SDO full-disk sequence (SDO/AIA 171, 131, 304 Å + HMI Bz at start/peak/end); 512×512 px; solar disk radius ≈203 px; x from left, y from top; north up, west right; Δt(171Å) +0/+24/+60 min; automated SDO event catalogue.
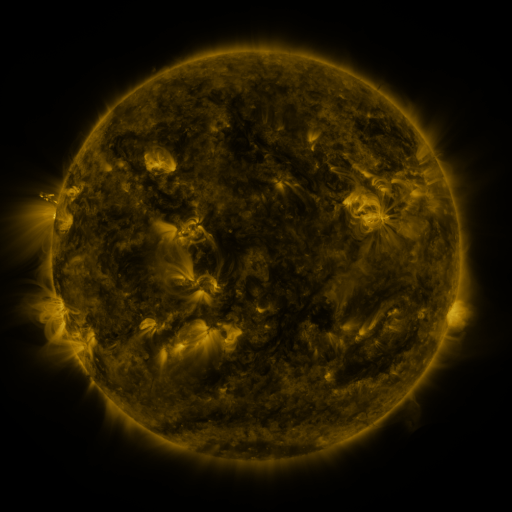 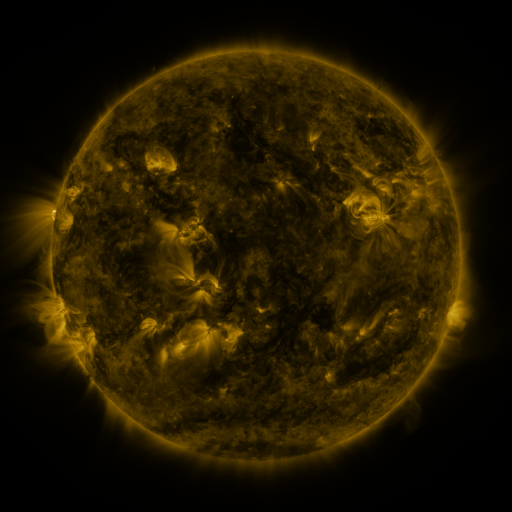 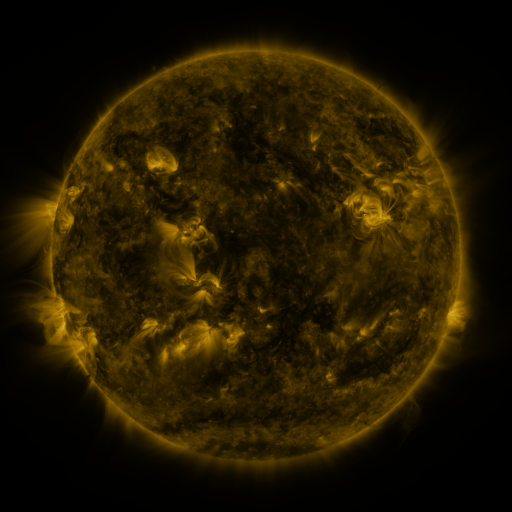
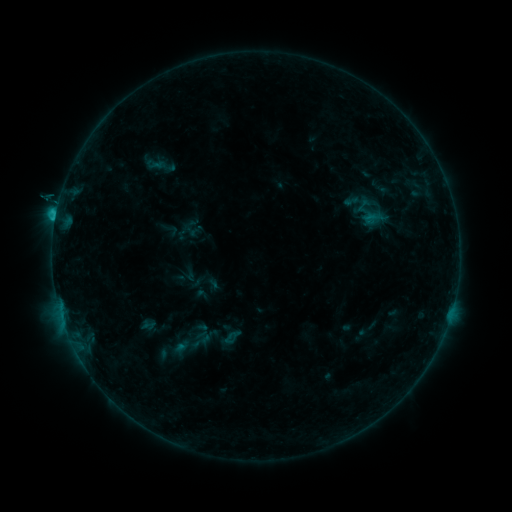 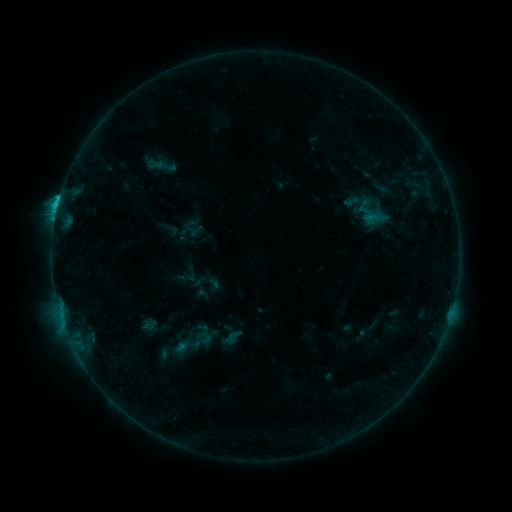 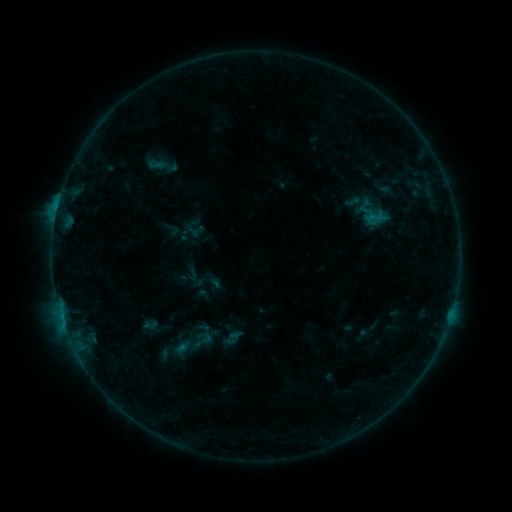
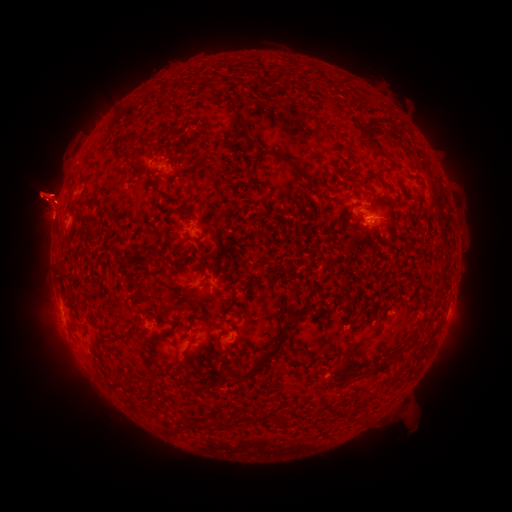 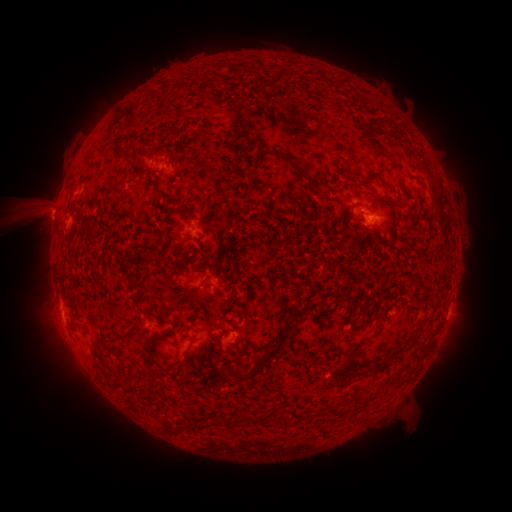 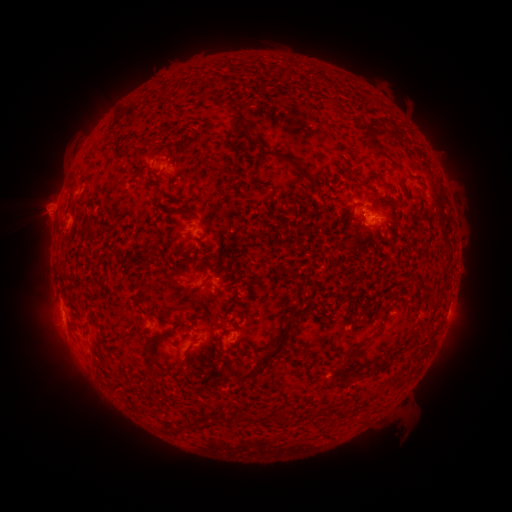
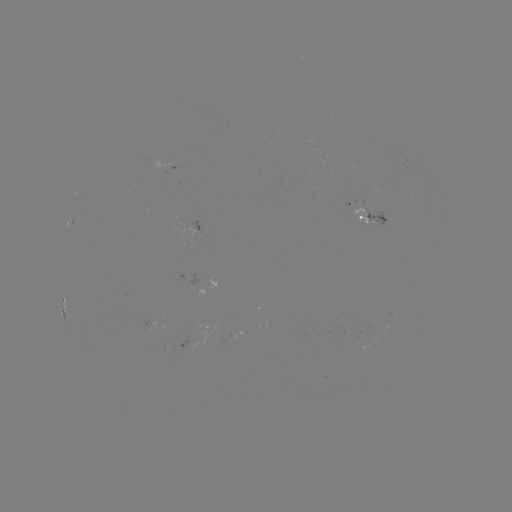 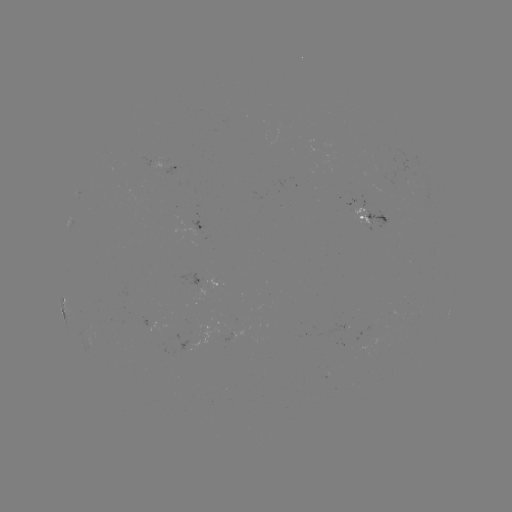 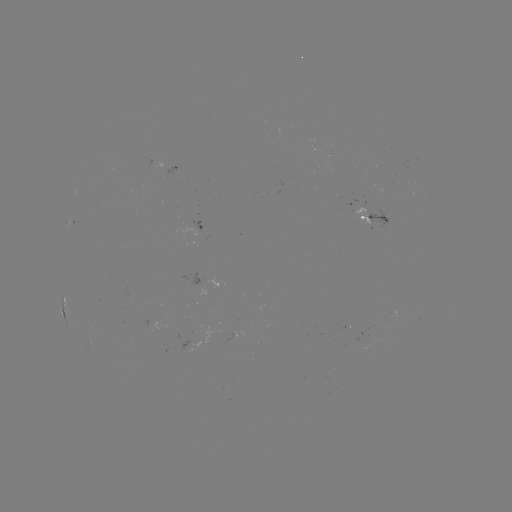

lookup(C1.7 flare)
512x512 (59, 203)